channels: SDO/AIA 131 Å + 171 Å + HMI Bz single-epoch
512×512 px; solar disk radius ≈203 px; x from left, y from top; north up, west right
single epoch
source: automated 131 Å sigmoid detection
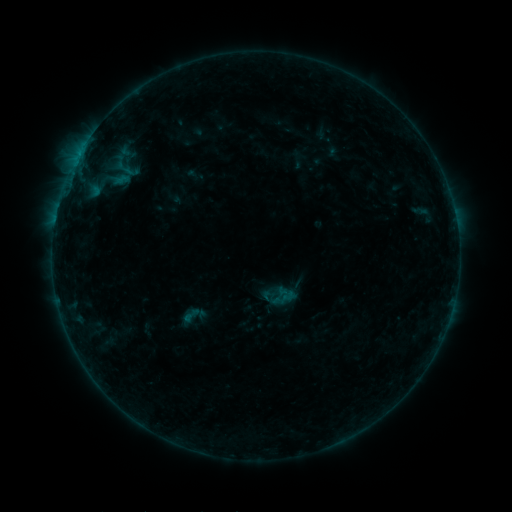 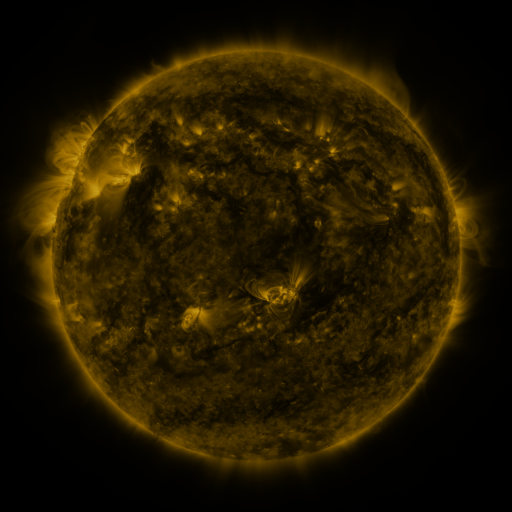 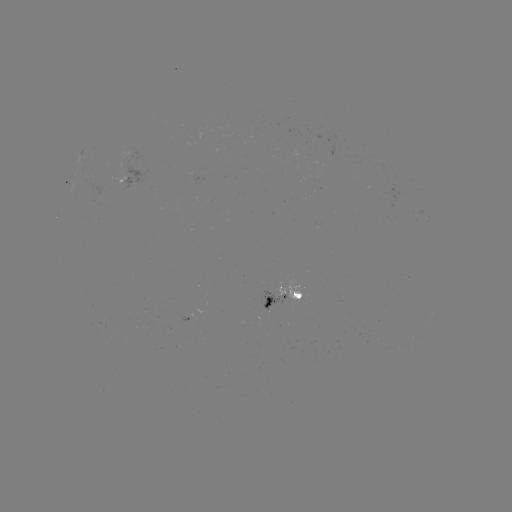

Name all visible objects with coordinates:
sigmoid: (190, 315)
